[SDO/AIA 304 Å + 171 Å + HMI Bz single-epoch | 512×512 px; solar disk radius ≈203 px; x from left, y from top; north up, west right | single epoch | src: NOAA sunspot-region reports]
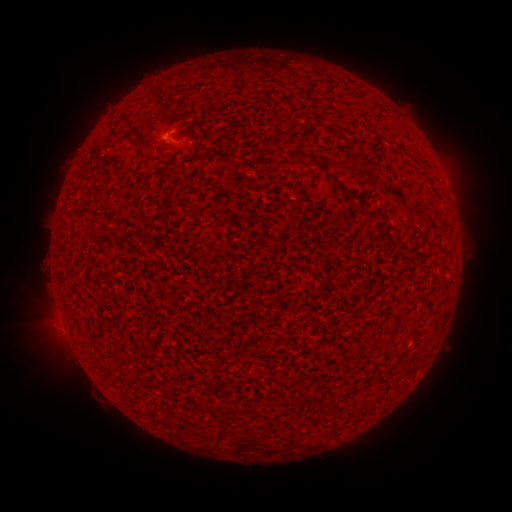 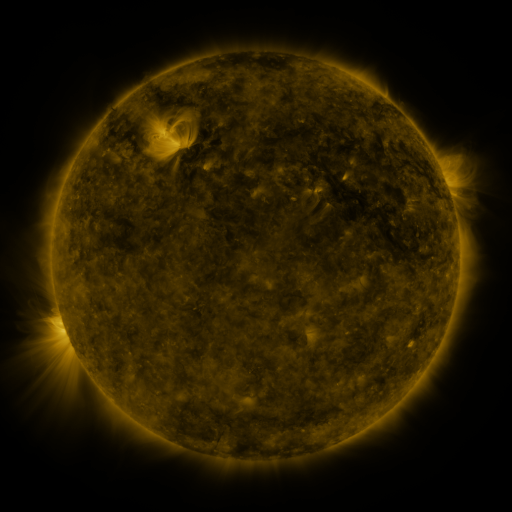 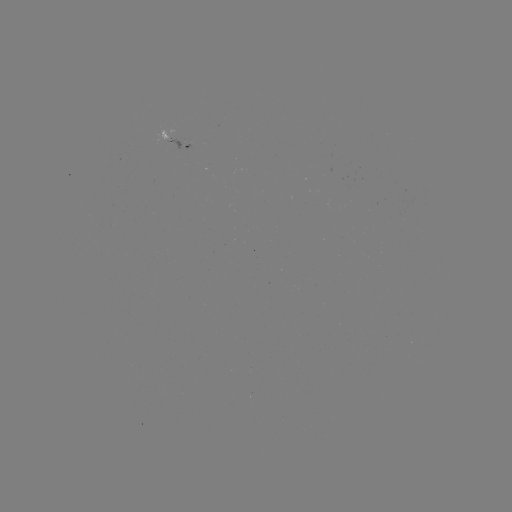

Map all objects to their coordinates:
spotted active region: (173, 140)
